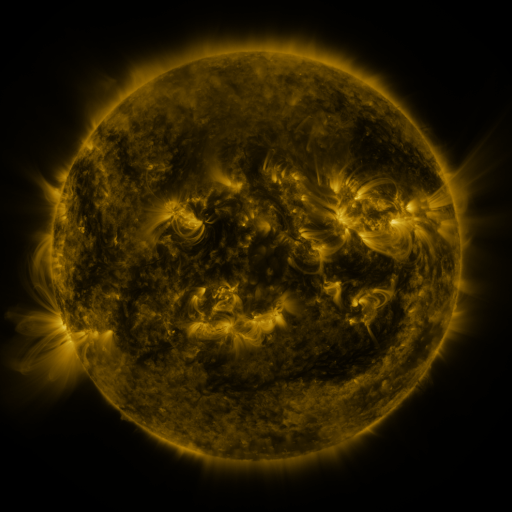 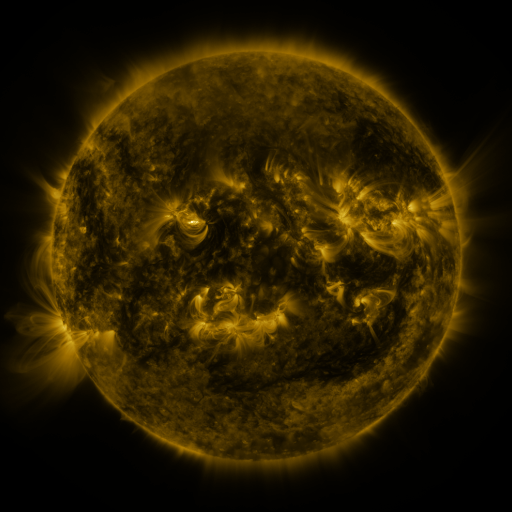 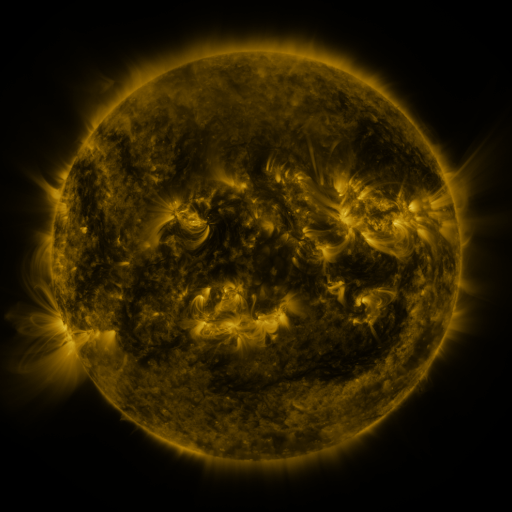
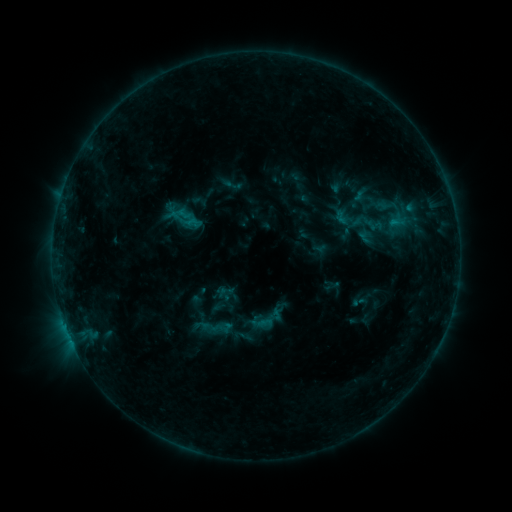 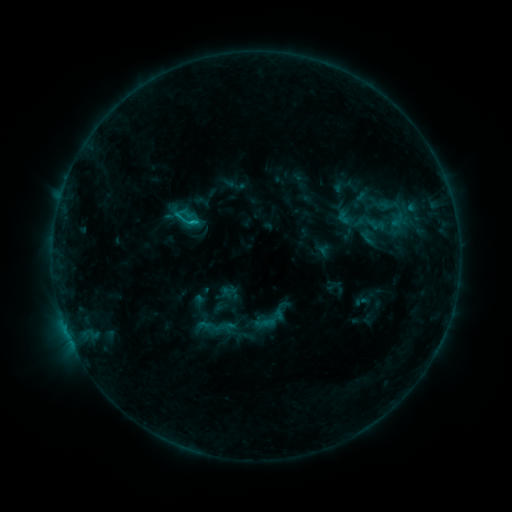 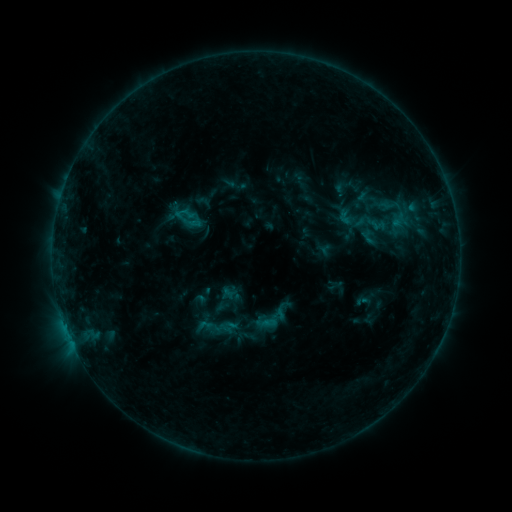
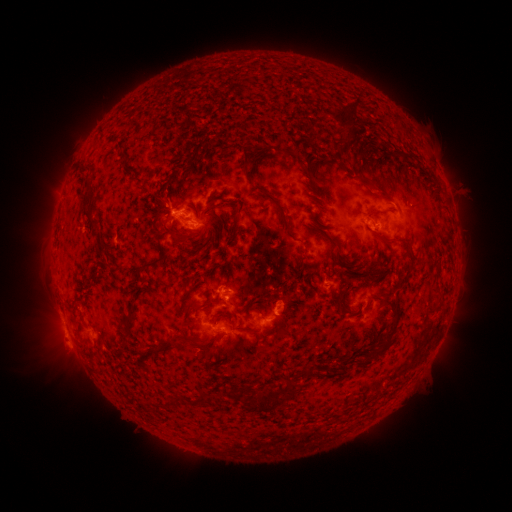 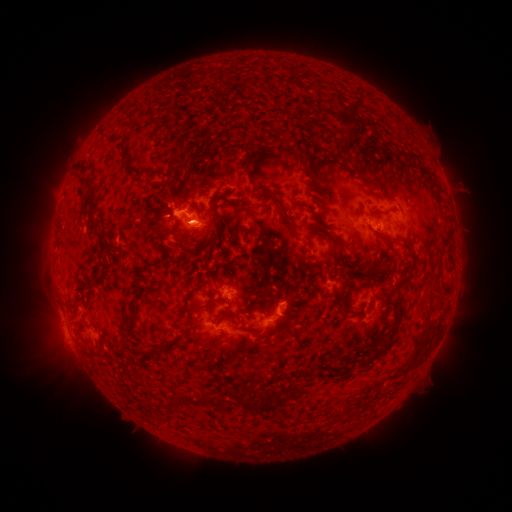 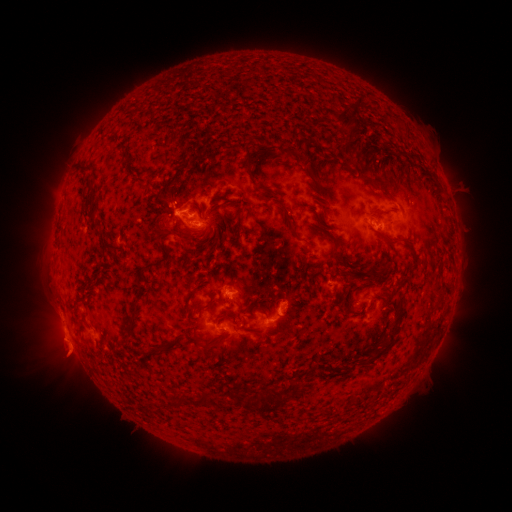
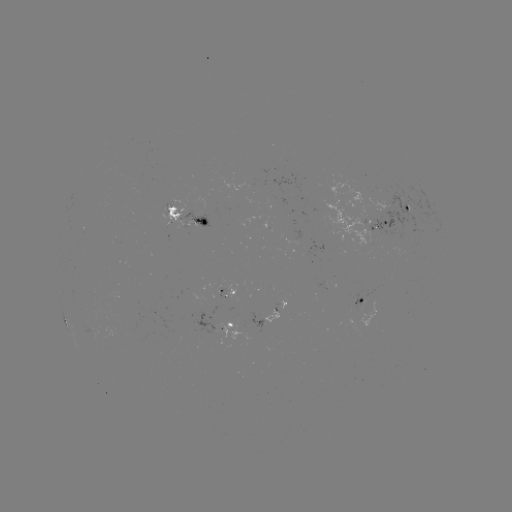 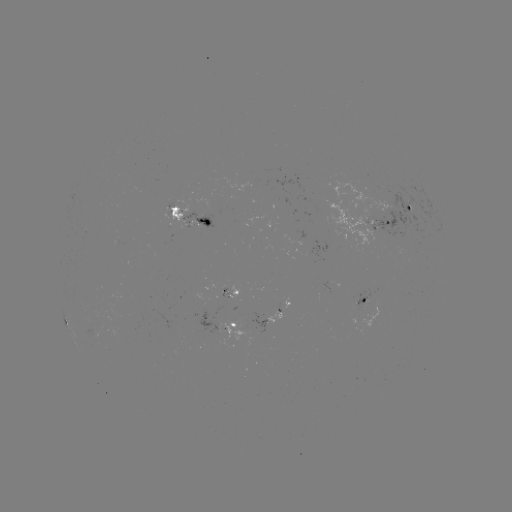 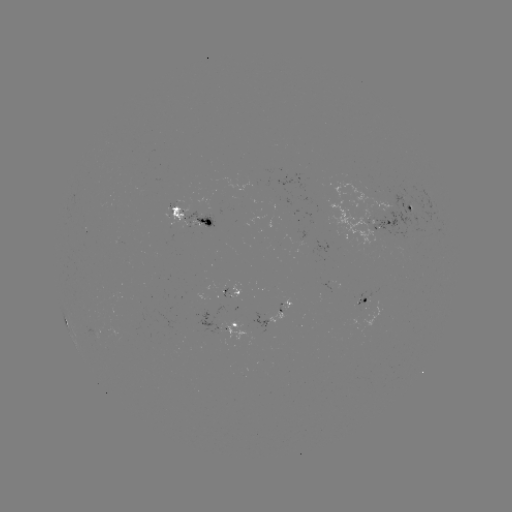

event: emerging-flux region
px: (221, 286)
